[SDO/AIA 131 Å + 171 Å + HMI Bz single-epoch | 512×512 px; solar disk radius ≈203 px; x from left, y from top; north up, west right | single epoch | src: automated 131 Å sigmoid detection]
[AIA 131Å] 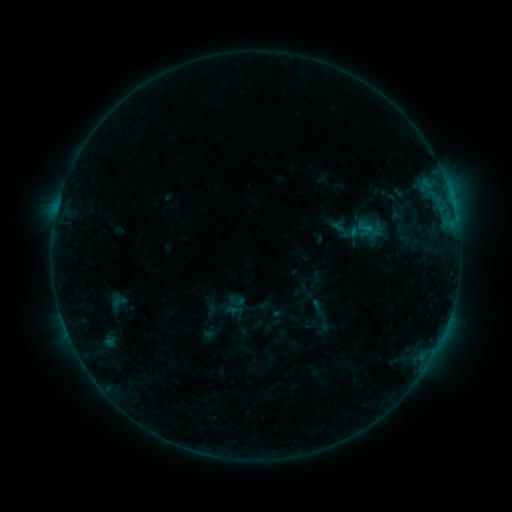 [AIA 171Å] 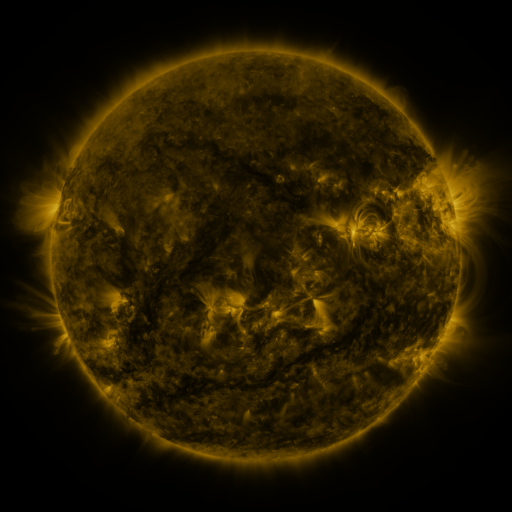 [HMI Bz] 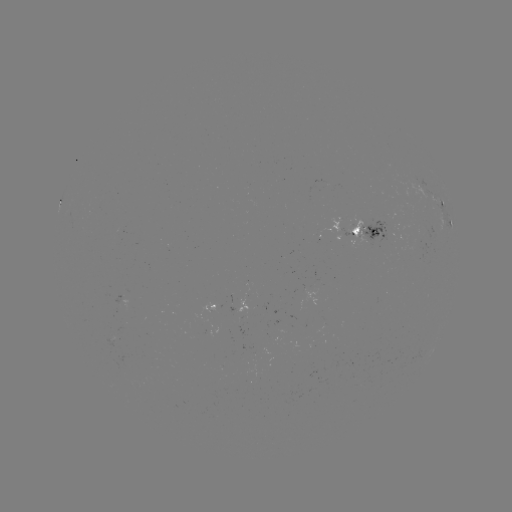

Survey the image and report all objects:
sigmoid: <bbox>353, 219, 376, 238</bbox>
